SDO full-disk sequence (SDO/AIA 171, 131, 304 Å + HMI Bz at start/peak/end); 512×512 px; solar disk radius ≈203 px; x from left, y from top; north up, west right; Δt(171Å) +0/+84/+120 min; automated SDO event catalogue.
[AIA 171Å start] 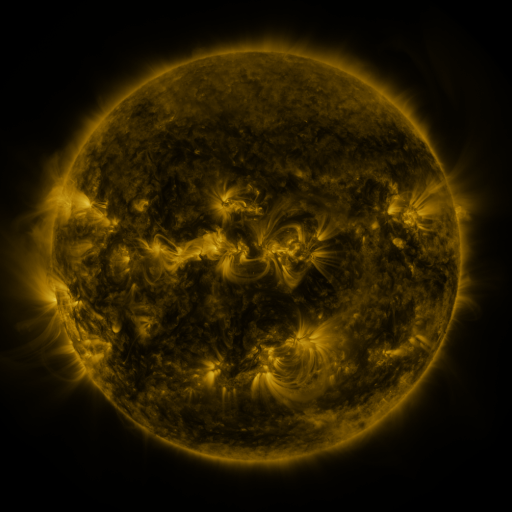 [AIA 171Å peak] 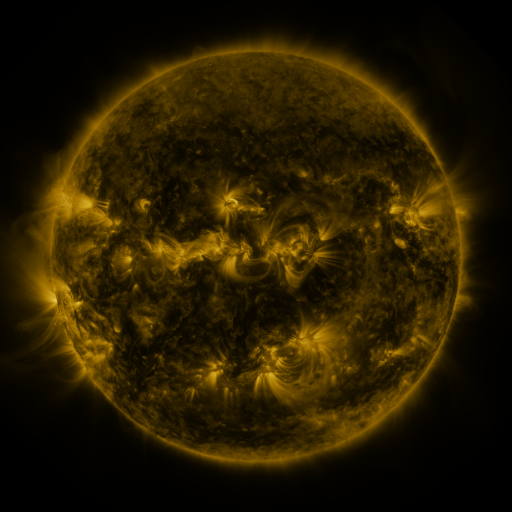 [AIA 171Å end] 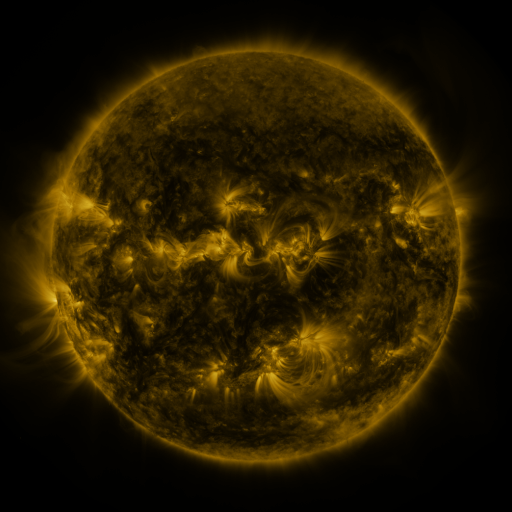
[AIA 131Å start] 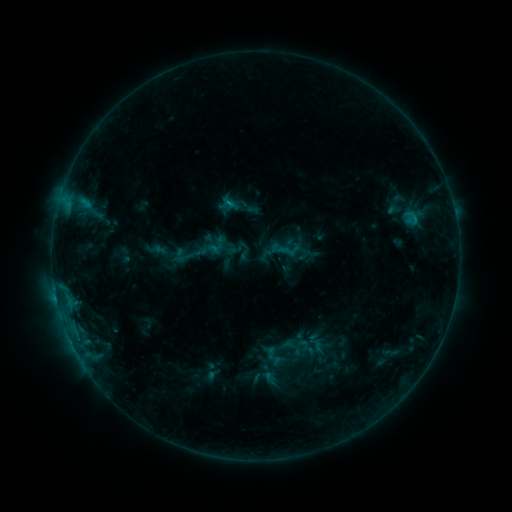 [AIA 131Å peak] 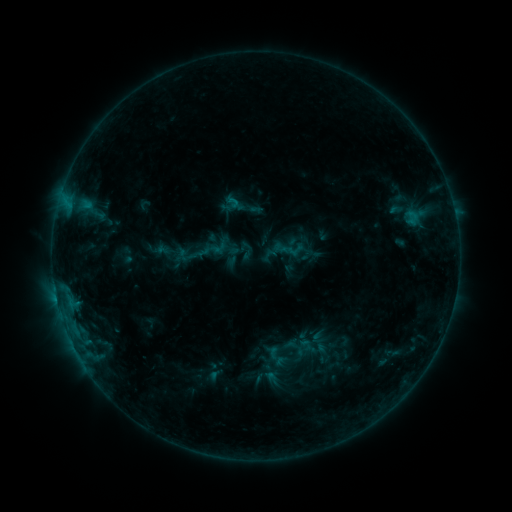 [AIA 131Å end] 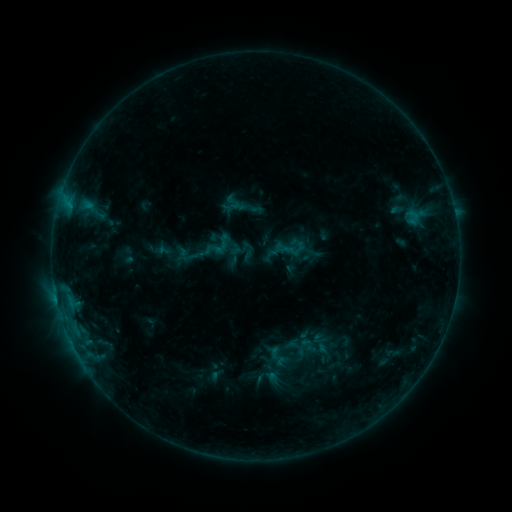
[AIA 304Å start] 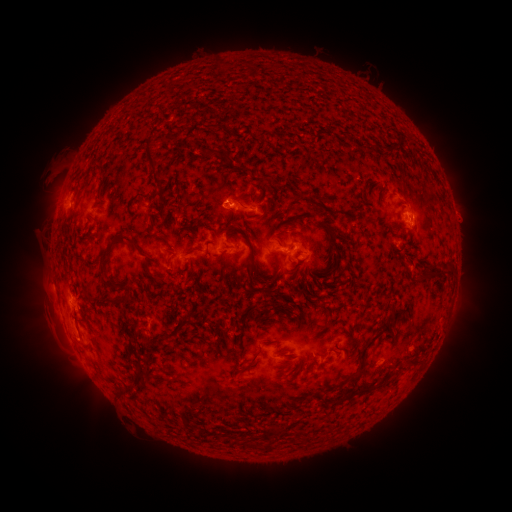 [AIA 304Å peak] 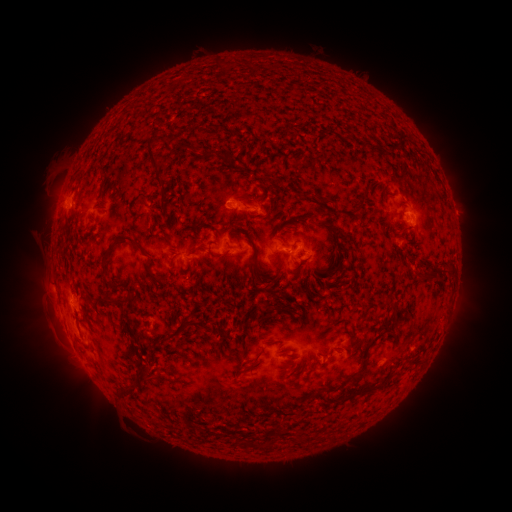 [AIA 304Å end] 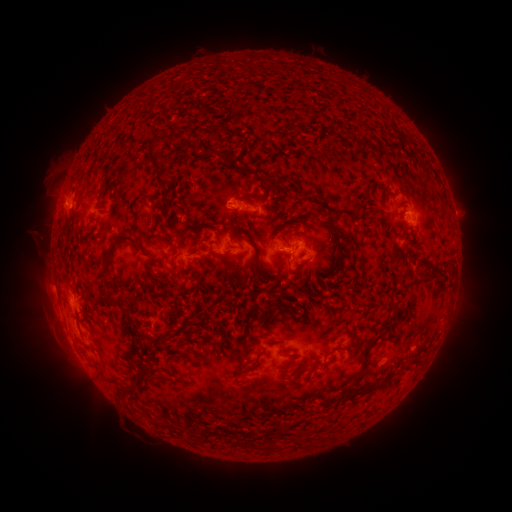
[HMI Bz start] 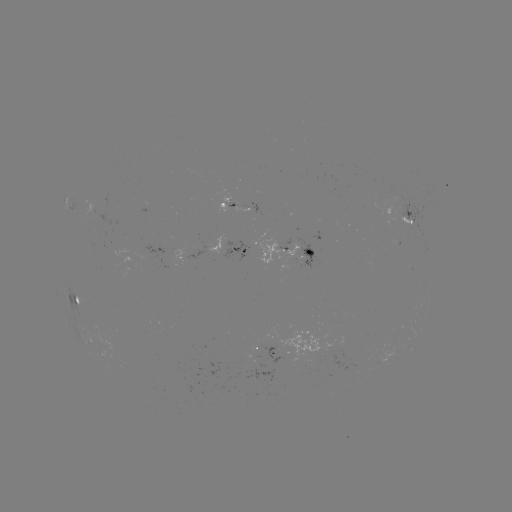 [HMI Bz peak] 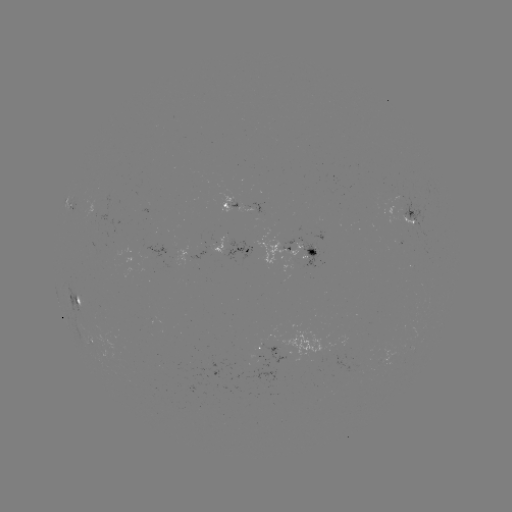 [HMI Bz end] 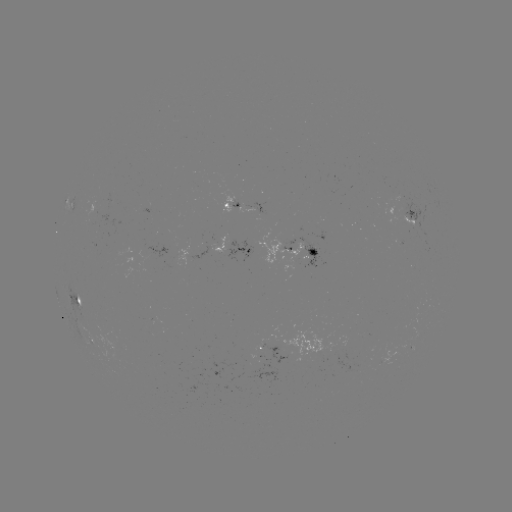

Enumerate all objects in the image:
emerging-flux region: (94, 210)
